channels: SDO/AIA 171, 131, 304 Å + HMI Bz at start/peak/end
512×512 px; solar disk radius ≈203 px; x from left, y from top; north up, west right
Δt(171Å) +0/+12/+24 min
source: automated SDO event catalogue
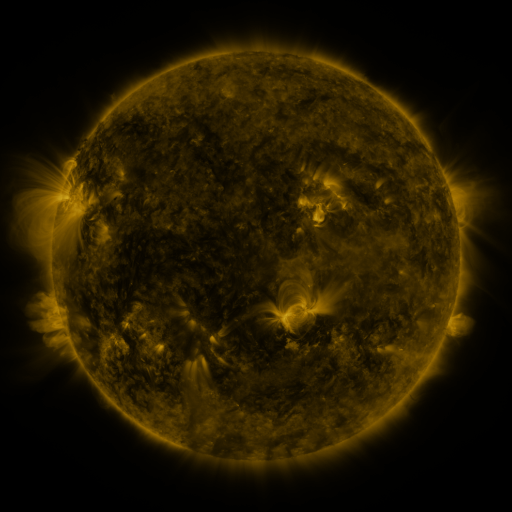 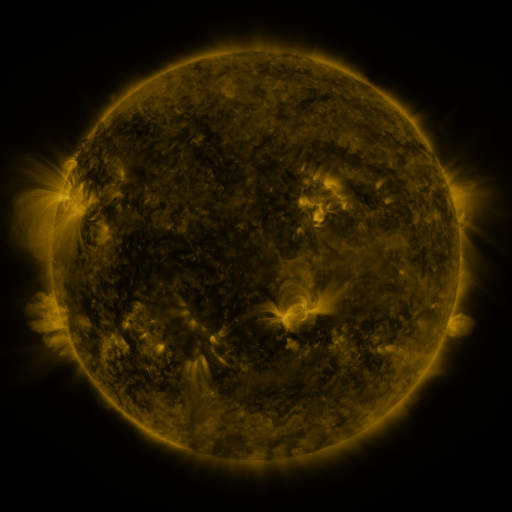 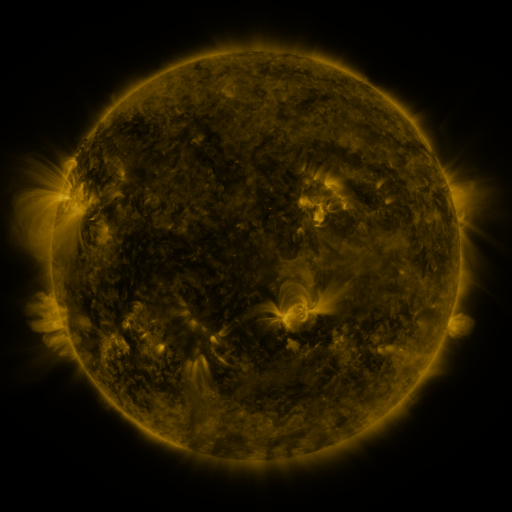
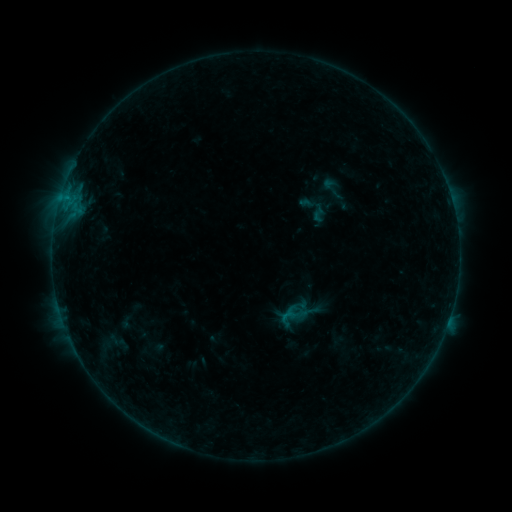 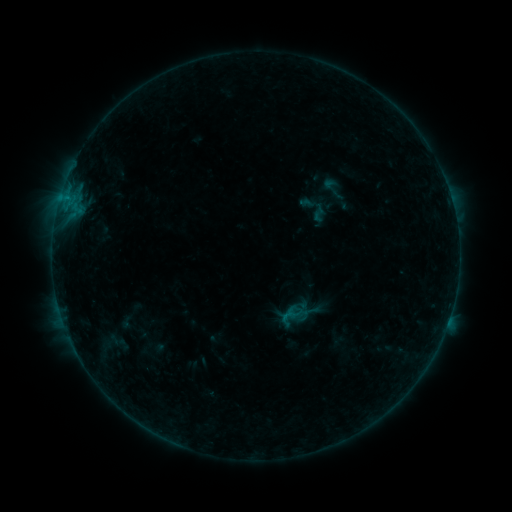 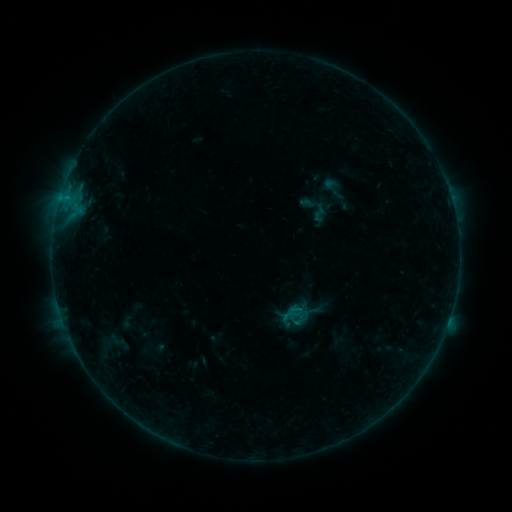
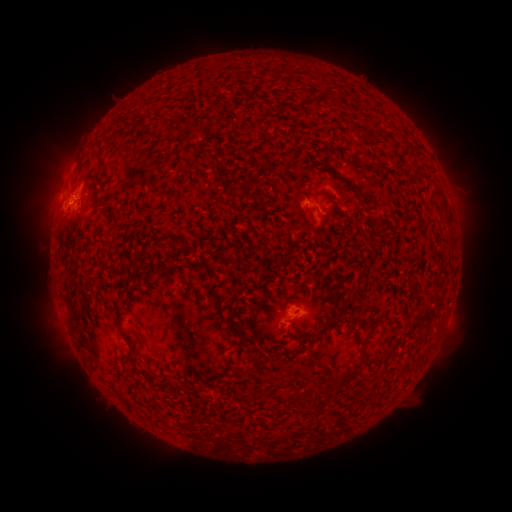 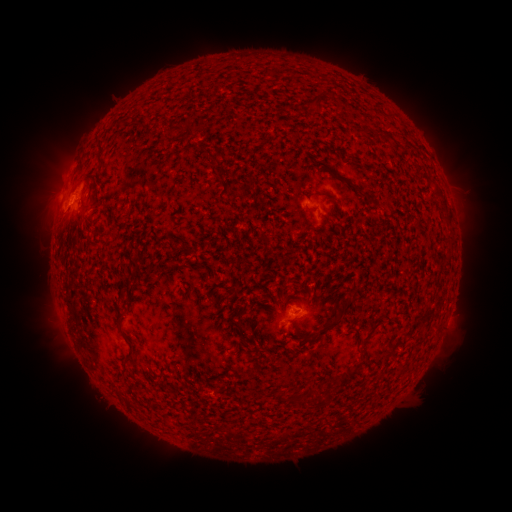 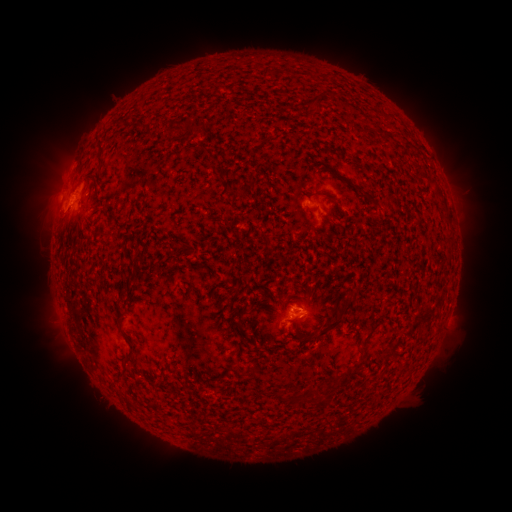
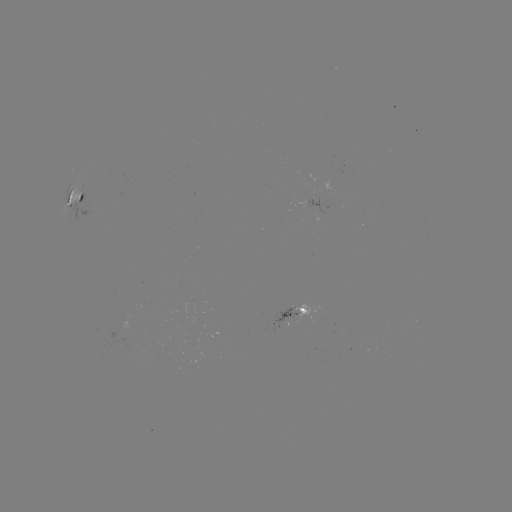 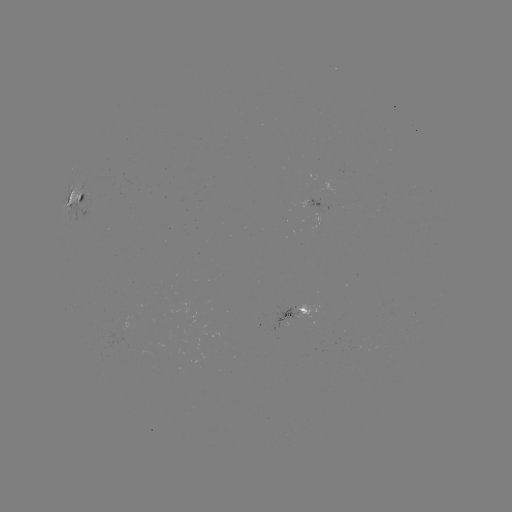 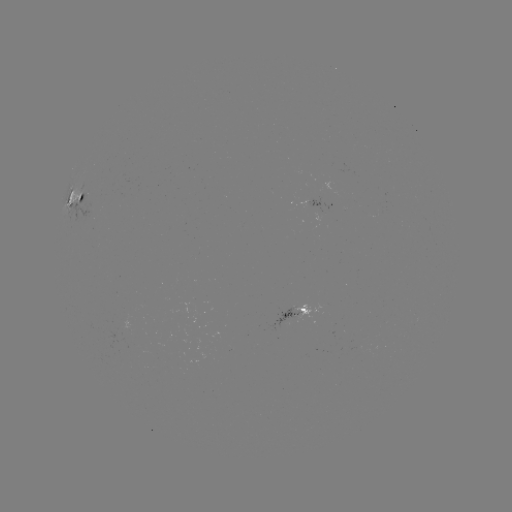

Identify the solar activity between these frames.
nothing was catalogued: no classed flare, no EUV trigger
